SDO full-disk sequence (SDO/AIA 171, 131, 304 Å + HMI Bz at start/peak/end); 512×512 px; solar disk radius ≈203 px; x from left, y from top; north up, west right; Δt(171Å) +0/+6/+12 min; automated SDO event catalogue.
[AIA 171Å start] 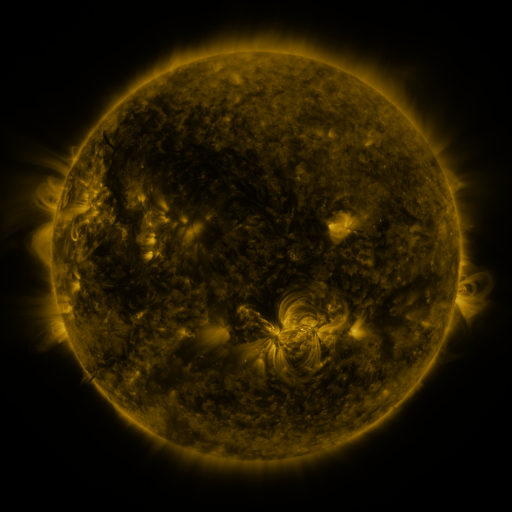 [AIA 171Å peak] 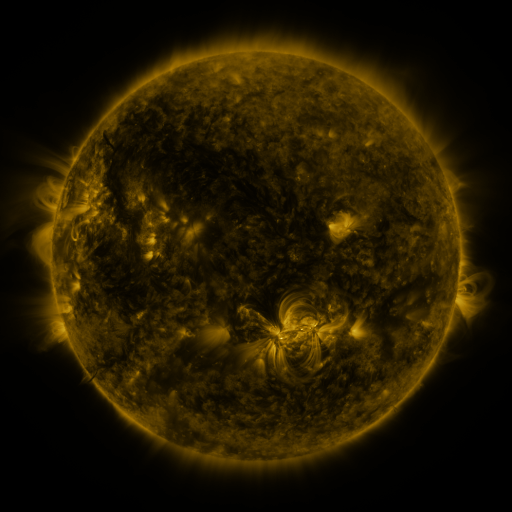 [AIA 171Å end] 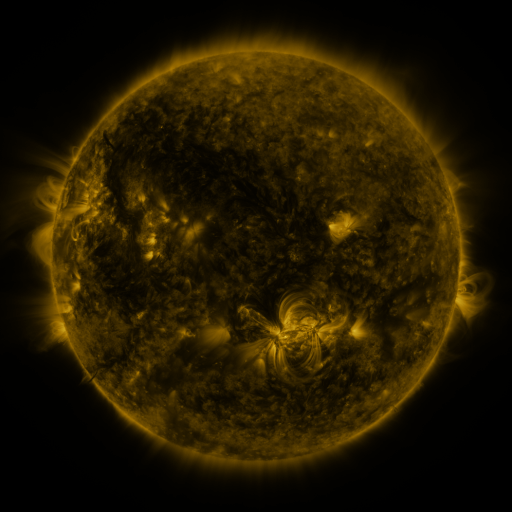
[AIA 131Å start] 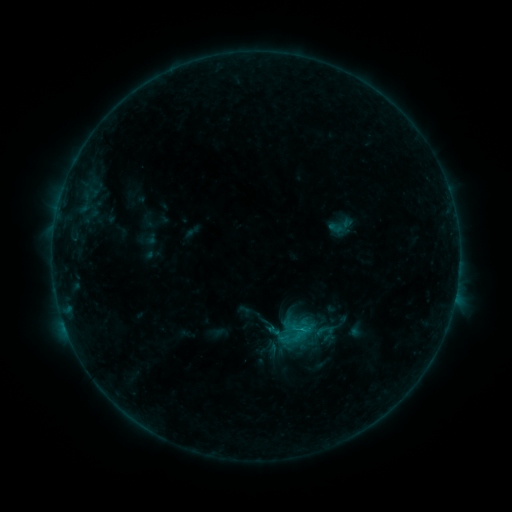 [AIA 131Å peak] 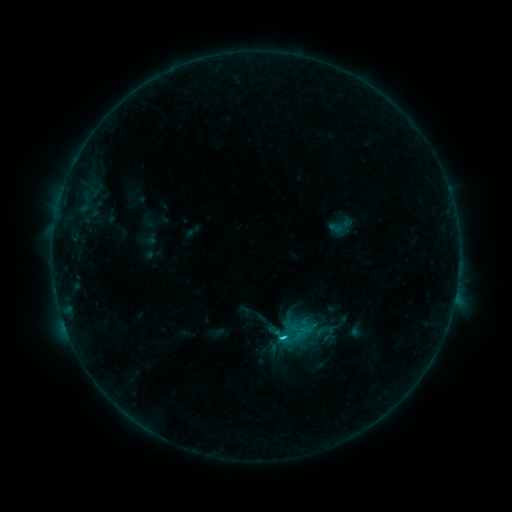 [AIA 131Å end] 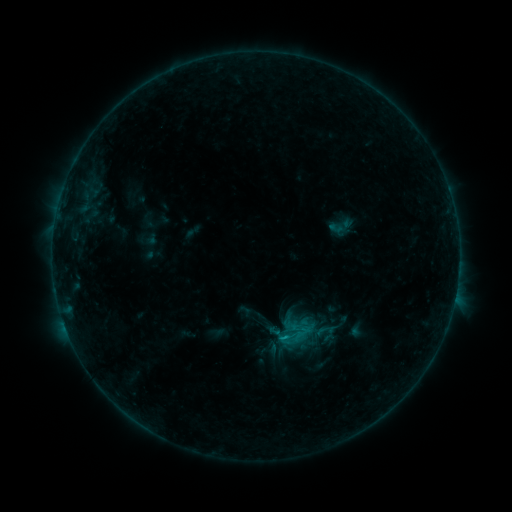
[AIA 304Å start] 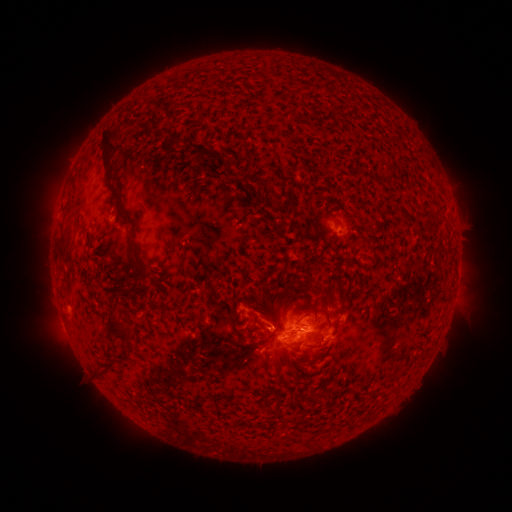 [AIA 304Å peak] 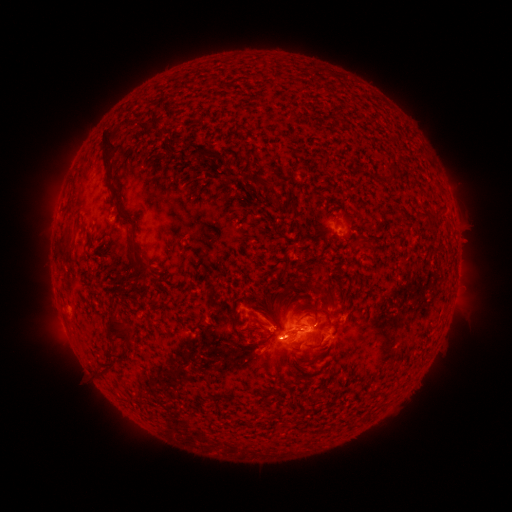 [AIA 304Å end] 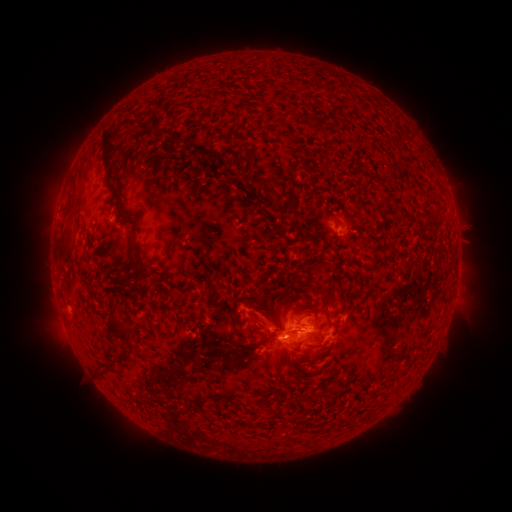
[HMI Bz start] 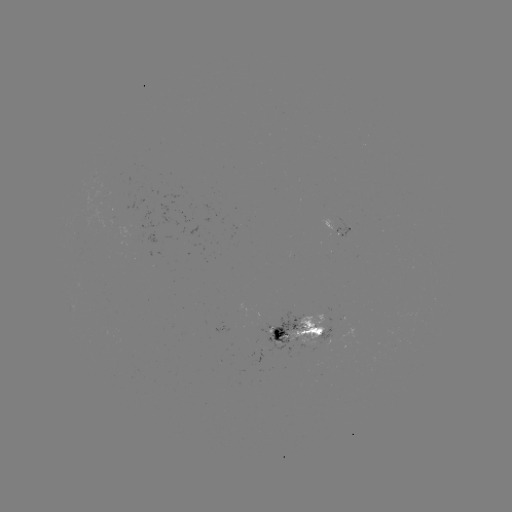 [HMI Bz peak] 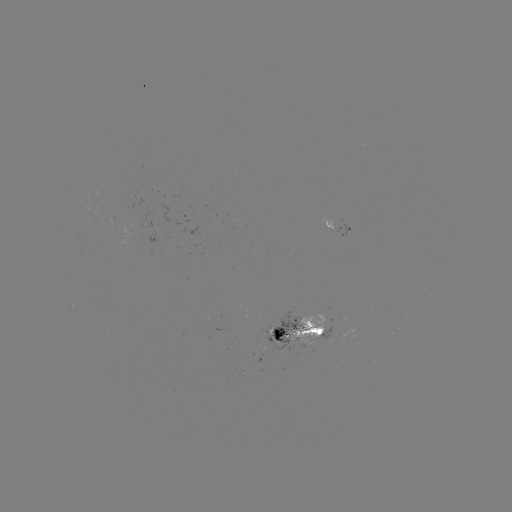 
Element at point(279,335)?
C1.3 flare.